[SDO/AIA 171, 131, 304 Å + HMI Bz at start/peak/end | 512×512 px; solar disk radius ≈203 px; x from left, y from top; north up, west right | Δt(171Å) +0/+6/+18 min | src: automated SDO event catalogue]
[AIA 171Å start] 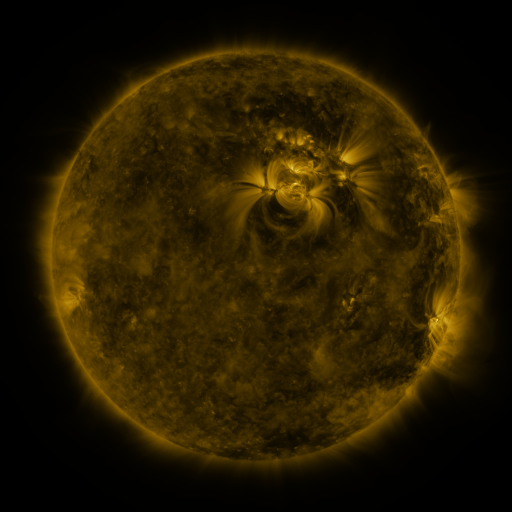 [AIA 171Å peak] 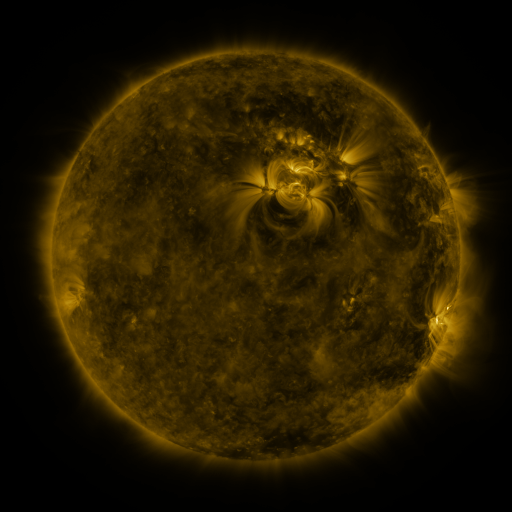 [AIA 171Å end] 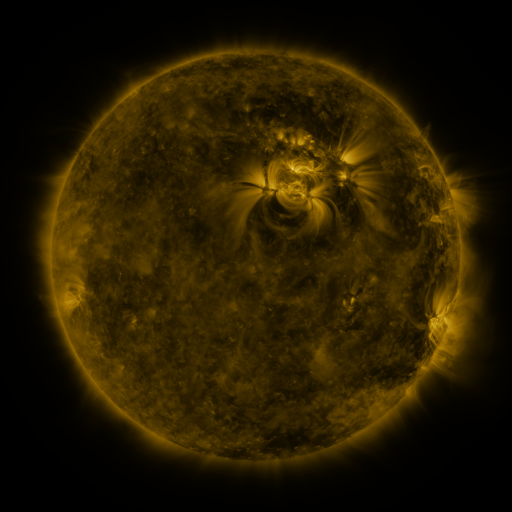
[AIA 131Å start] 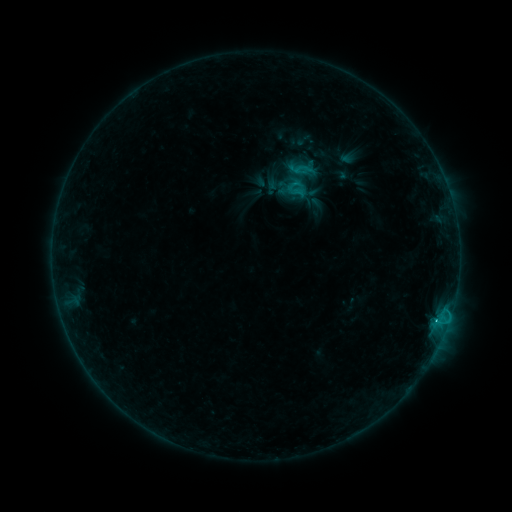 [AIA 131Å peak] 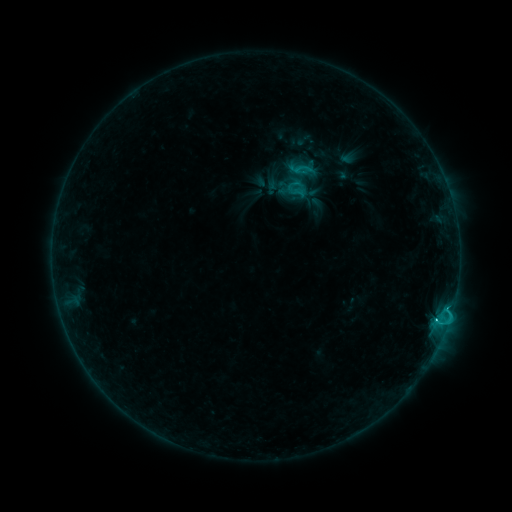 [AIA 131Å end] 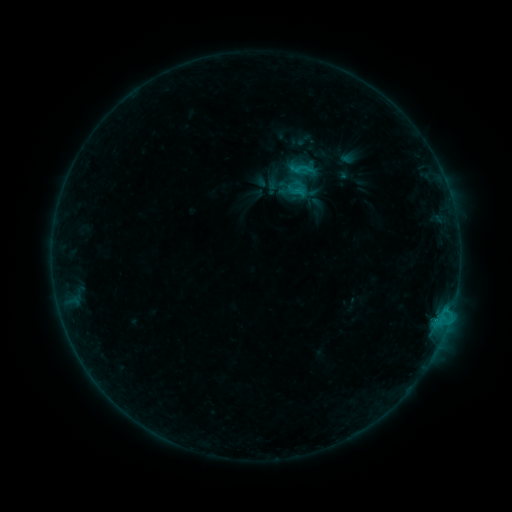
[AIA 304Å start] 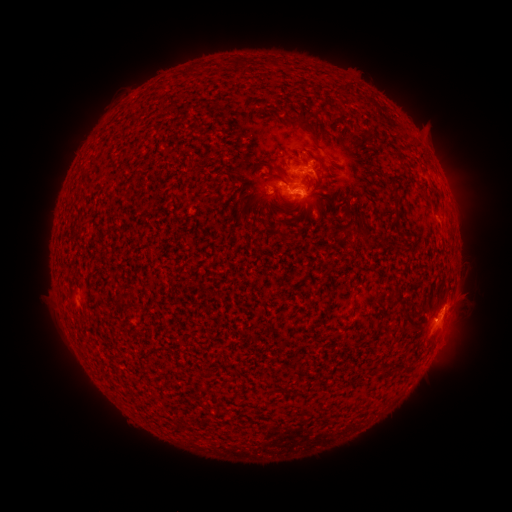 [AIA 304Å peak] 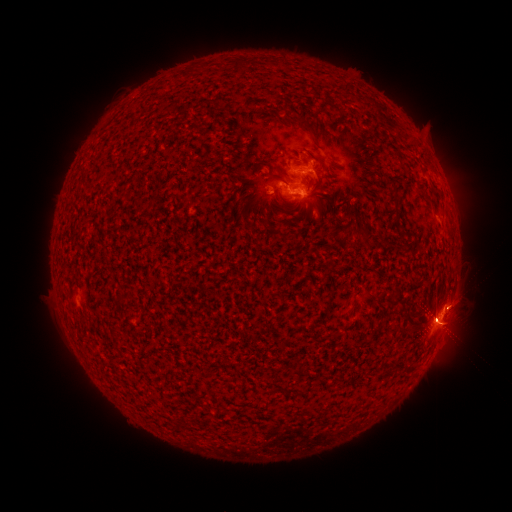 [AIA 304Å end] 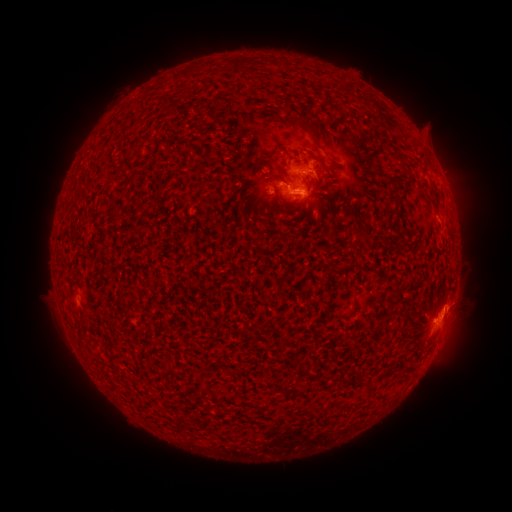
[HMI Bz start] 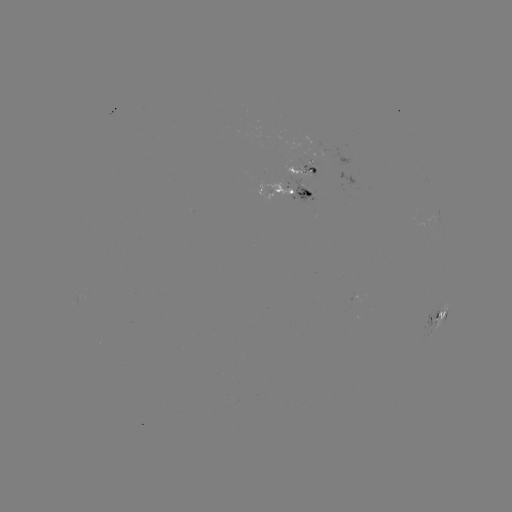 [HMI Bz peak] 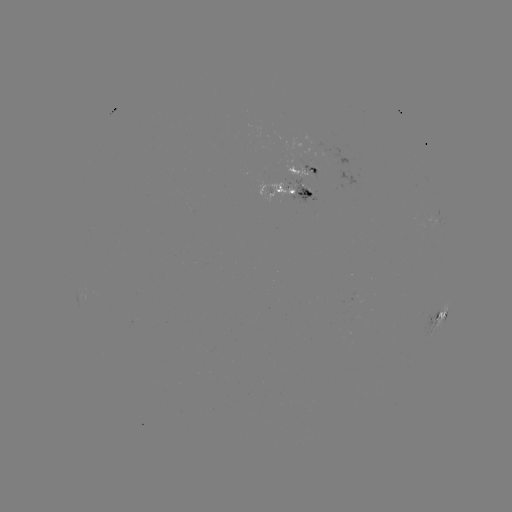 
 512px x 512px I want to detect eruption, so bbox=[405, 262, 505, 367].